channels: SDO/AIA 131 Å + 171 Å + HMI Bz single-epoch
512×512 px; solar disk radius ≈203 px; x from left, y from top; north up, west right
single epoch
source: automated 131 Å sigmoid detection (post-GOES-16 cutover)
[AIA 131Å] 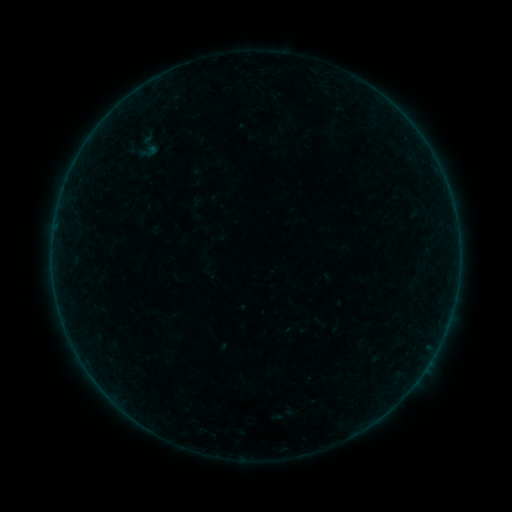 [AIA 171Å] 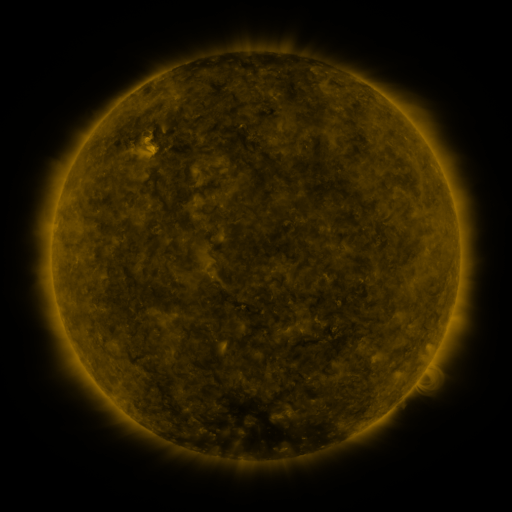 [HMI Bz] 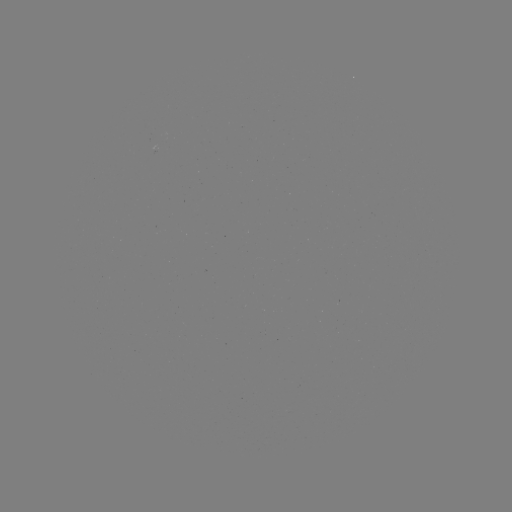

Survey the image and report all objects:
sigmoid: <bbox>132, 130, 164, 162</bbox>
